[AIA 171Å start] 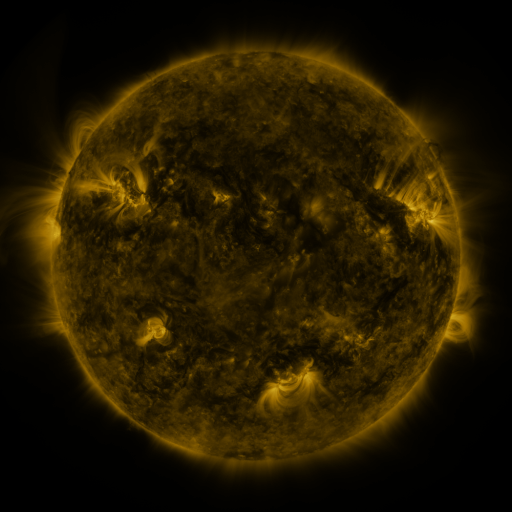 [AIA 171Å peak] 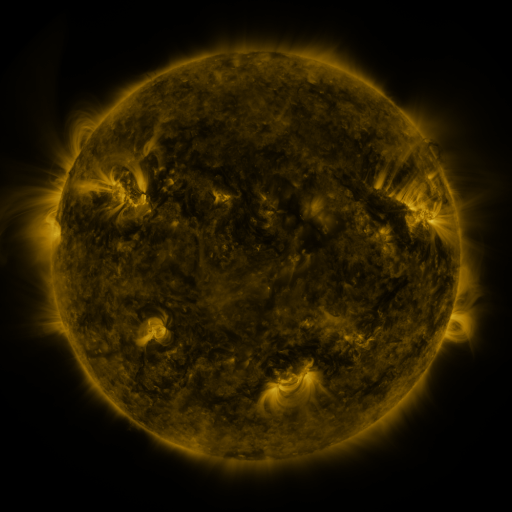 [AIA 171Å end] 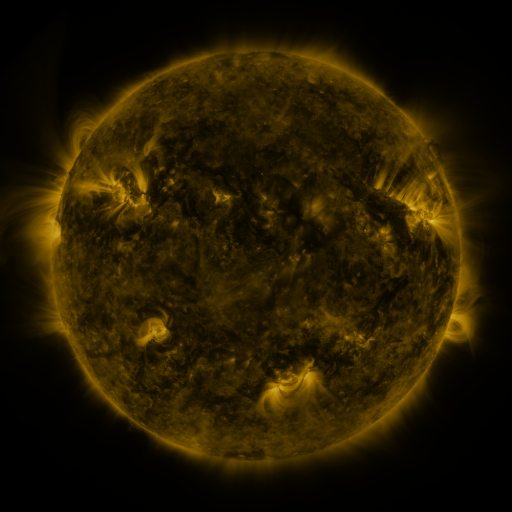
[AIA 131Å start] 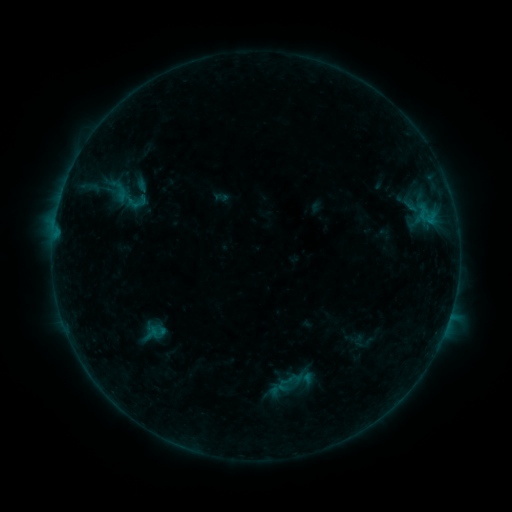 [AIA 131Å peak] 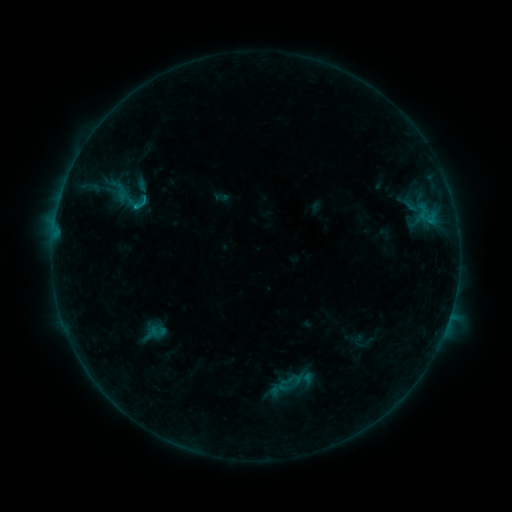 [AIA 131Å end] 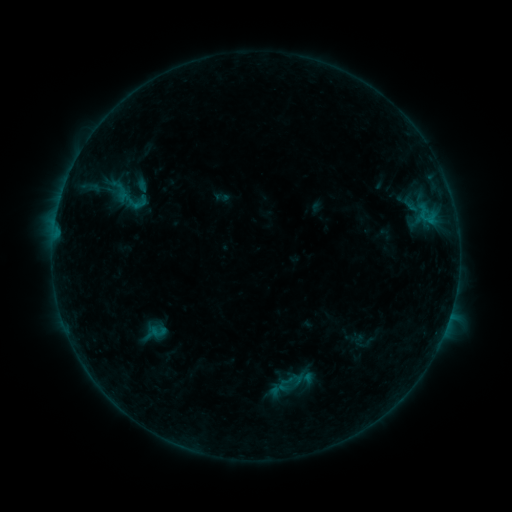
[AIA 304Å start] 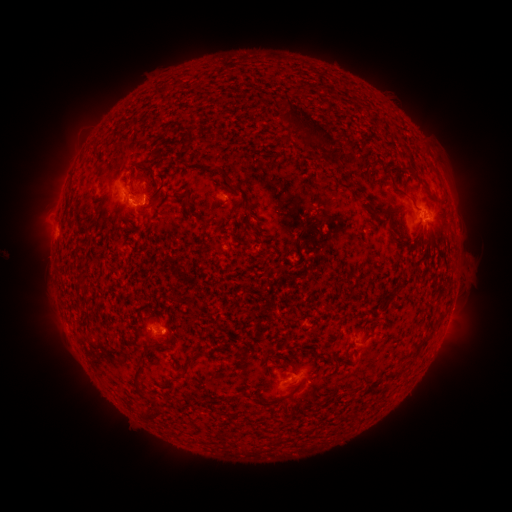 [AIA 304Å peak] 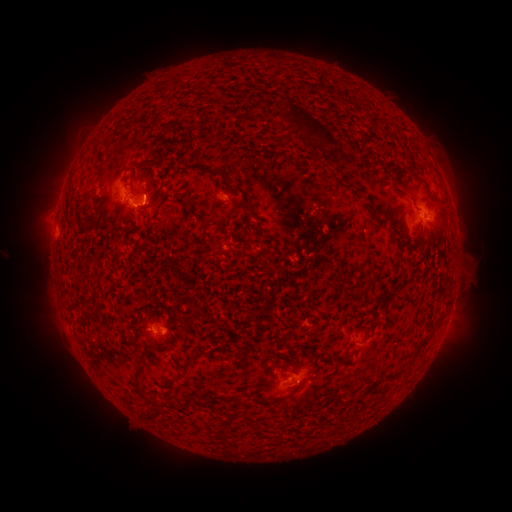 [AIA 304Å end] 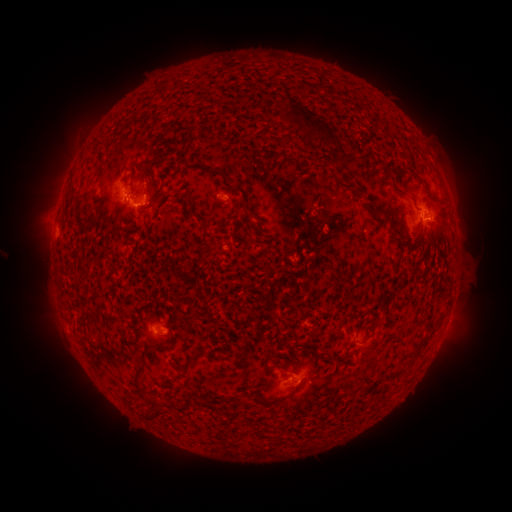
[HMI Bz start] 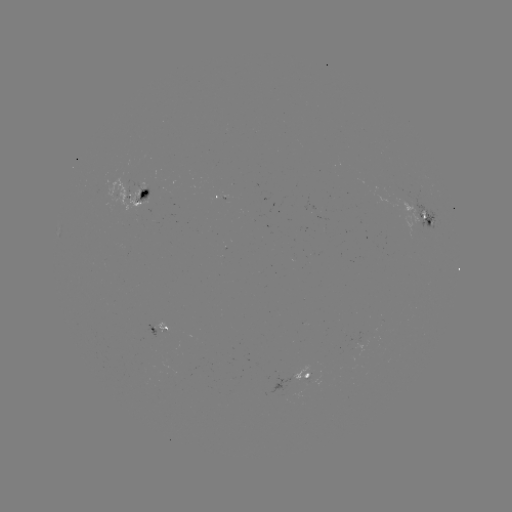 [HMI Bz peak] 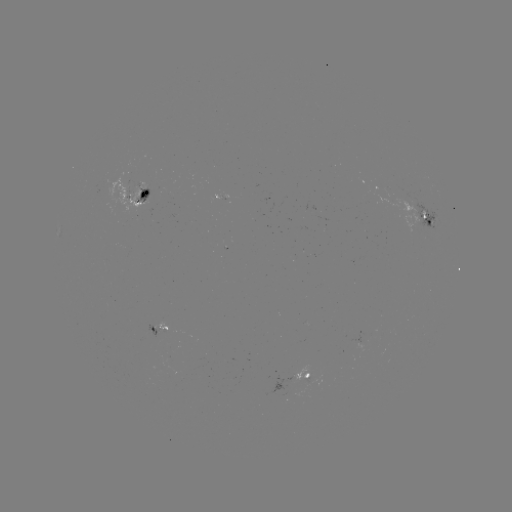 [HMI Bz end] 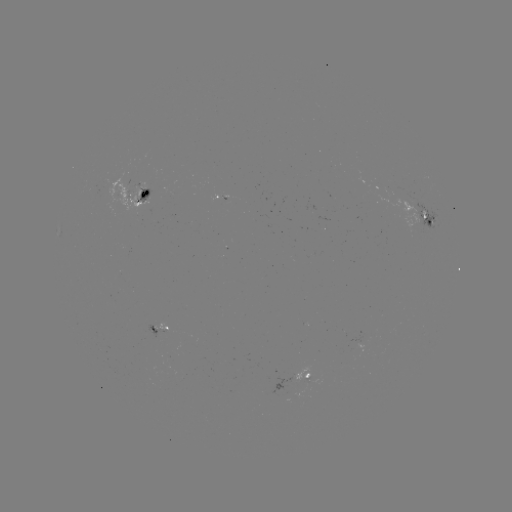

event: flare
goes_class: B6.5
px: (144, 202)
